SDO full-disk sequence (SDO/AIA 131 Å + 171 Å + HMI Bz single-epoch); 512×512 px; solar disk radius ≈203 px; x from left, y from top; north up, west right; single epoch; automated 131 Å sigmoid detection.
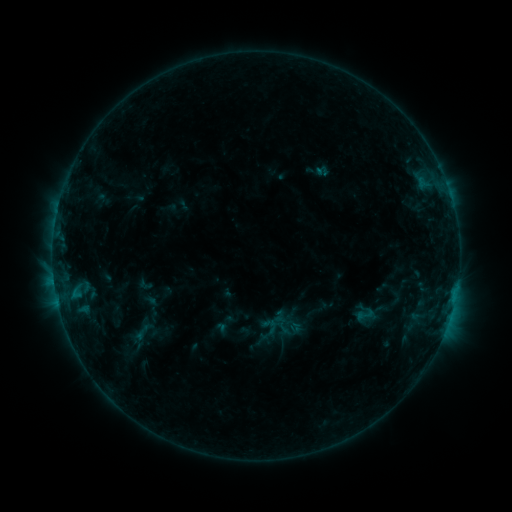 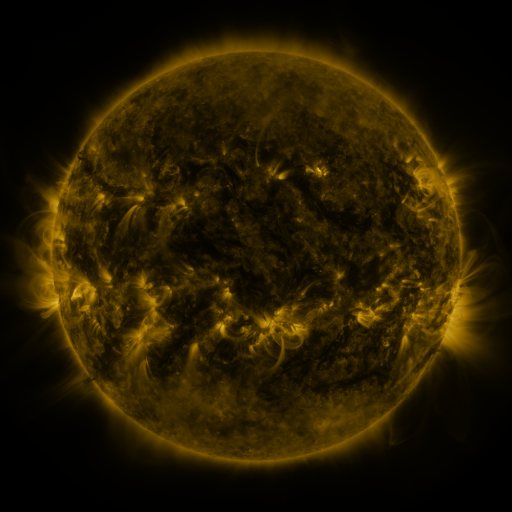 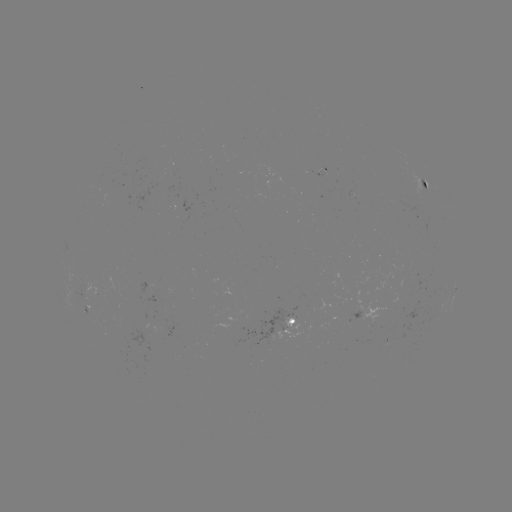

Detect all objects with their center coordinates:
sigmoid: (355, 303, 376, 326)
sigmoid: (126, 322, 157, 343)
